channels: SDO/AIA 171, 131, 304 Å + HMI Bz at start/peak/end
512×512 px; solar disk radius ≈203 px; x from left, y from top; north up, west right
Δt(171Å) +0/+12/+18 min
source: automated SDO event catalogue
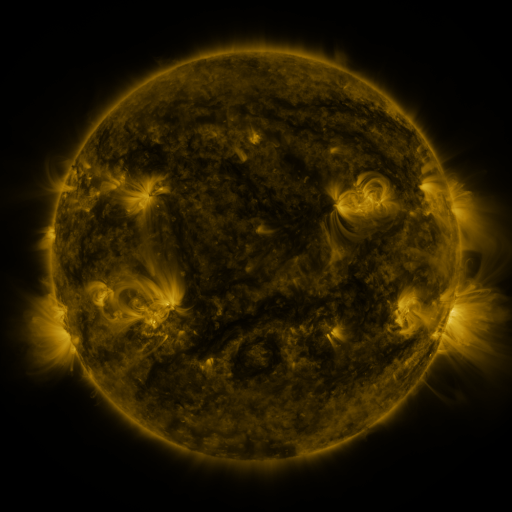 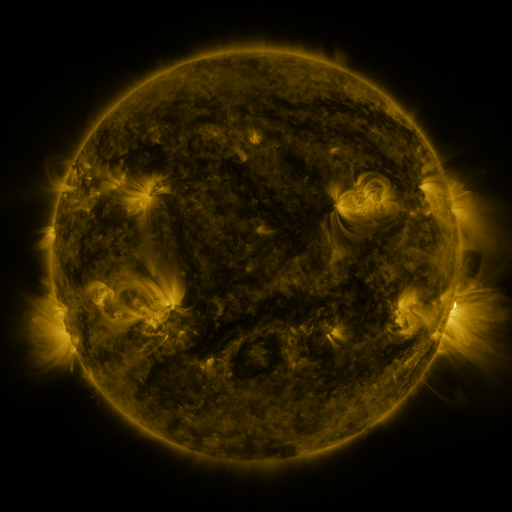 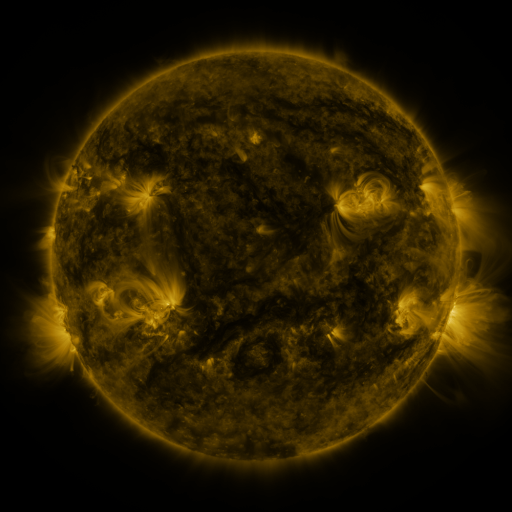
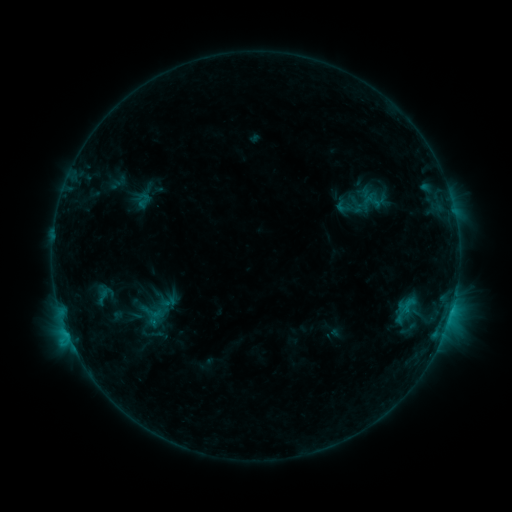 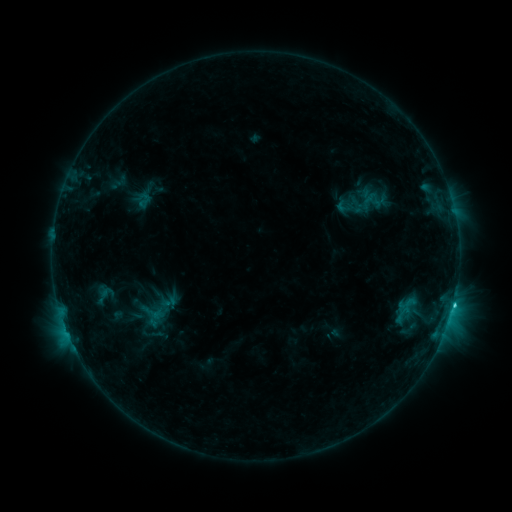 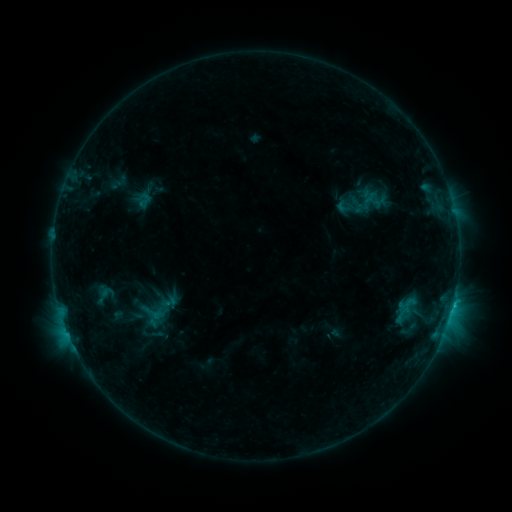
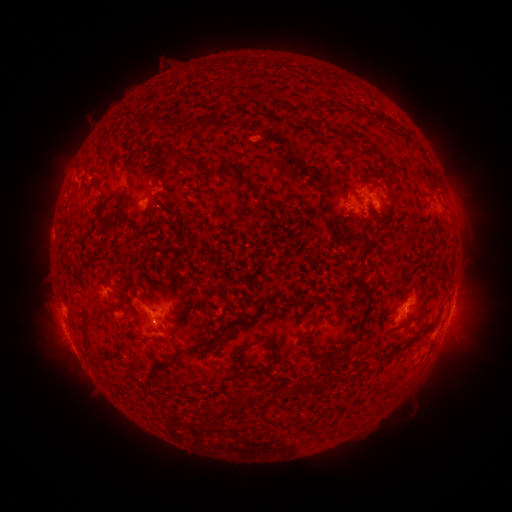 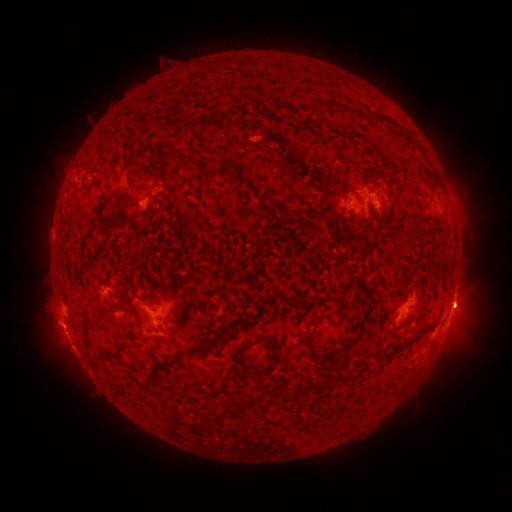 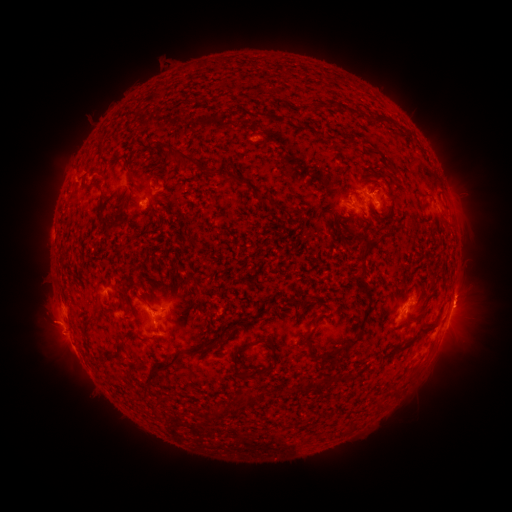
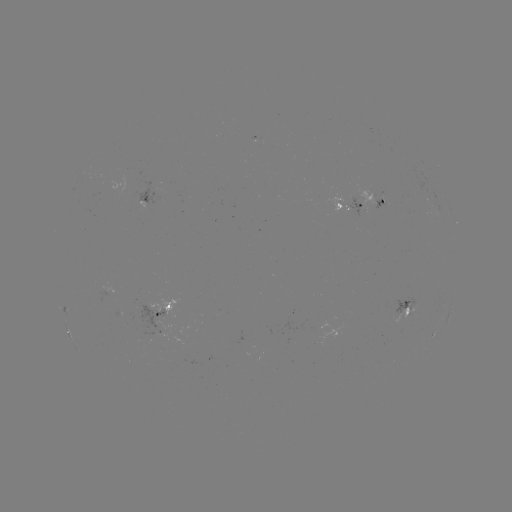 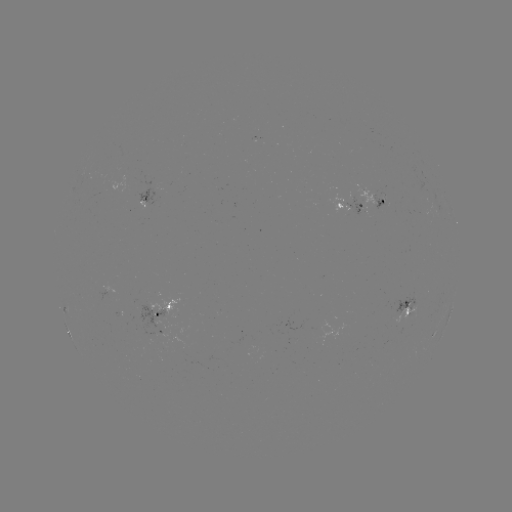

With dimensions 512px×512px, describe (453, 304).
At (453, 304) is C1.6 flare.